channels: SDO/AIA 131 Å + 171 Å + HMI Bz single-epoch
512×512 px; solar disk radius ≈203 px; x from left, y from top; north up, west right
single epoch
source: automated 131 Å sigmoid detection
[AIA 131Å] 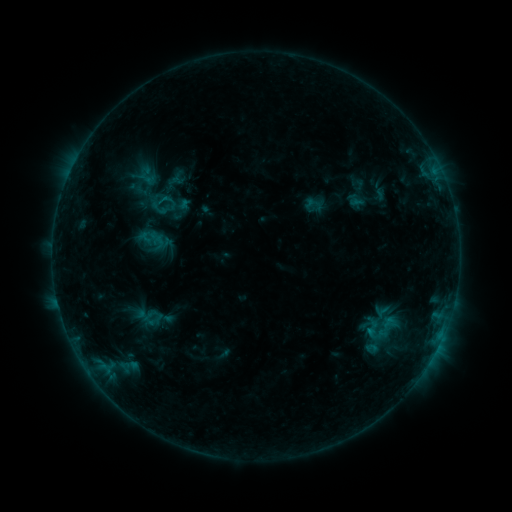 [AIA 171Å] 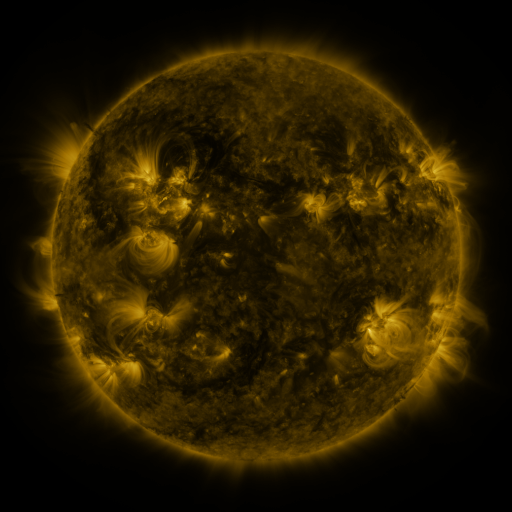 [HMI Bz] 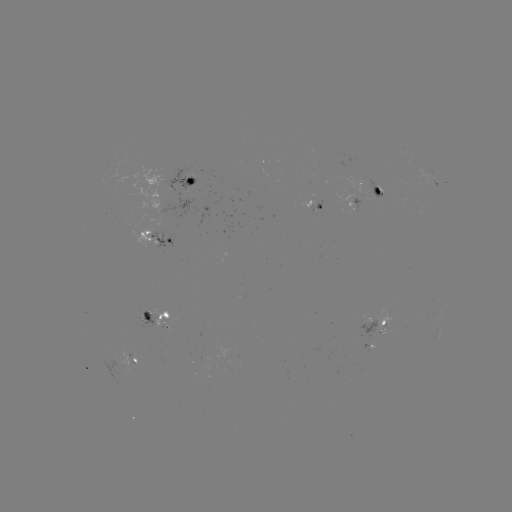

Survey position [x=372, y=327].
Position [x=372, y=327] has sigmoid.